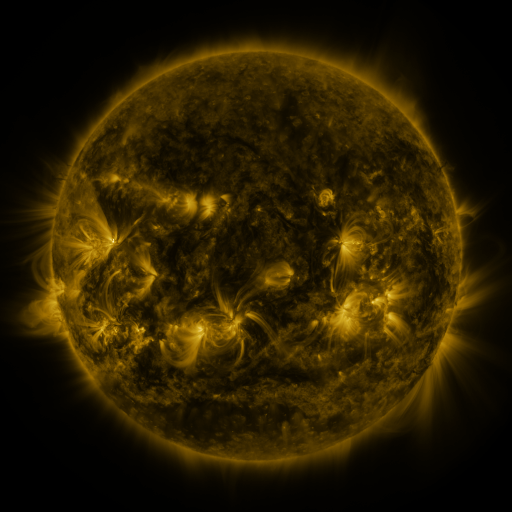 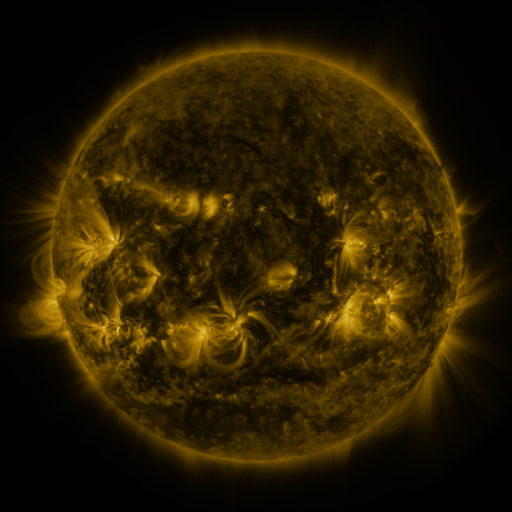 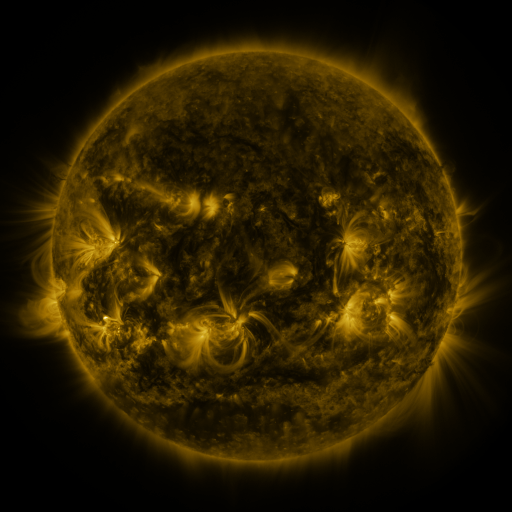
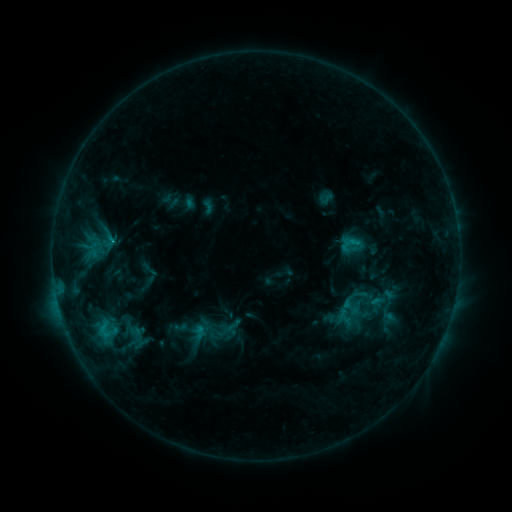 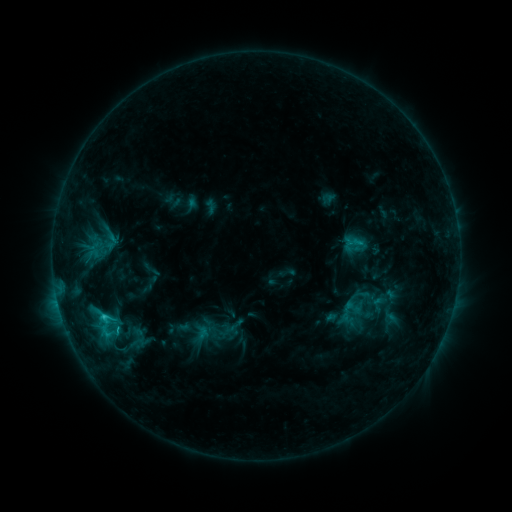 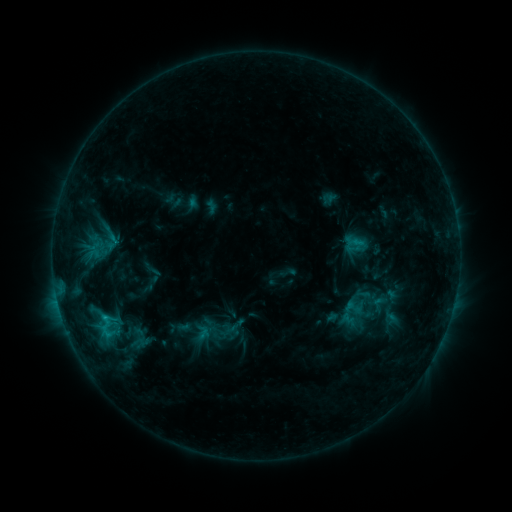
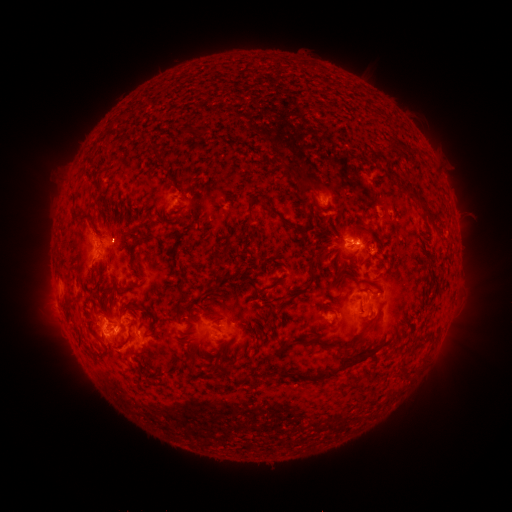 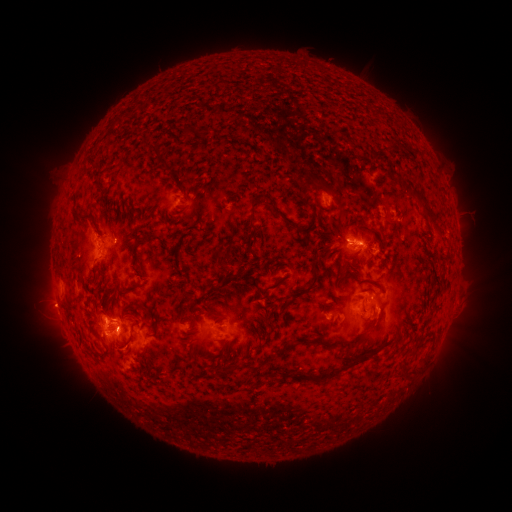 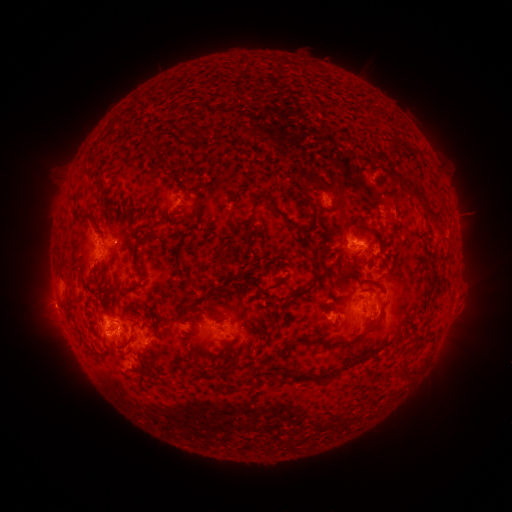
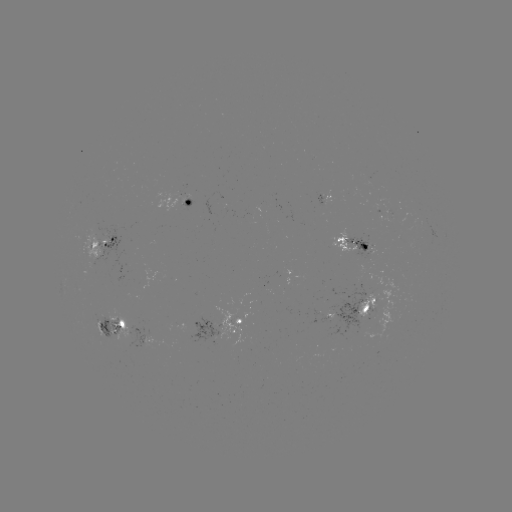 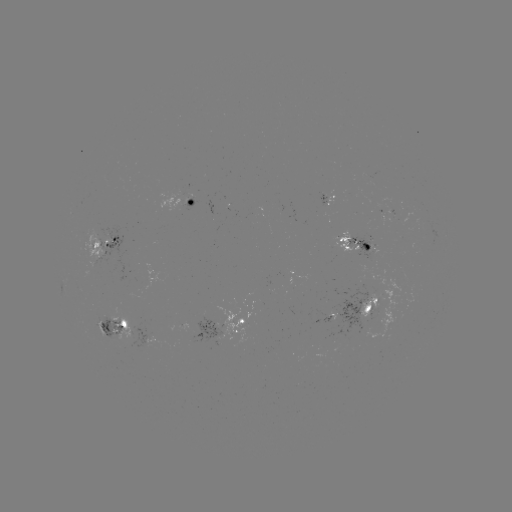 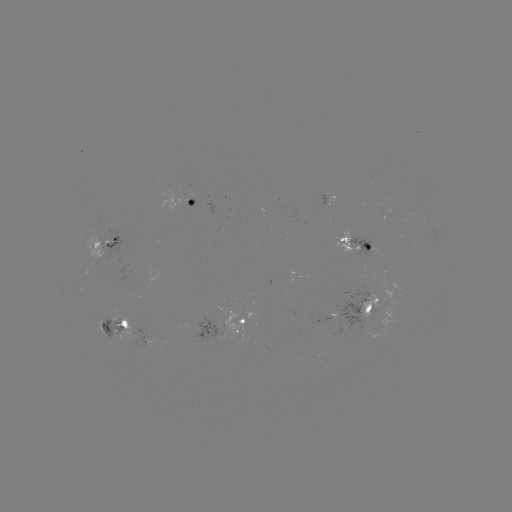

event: emerging-flux region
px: (192, 199)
